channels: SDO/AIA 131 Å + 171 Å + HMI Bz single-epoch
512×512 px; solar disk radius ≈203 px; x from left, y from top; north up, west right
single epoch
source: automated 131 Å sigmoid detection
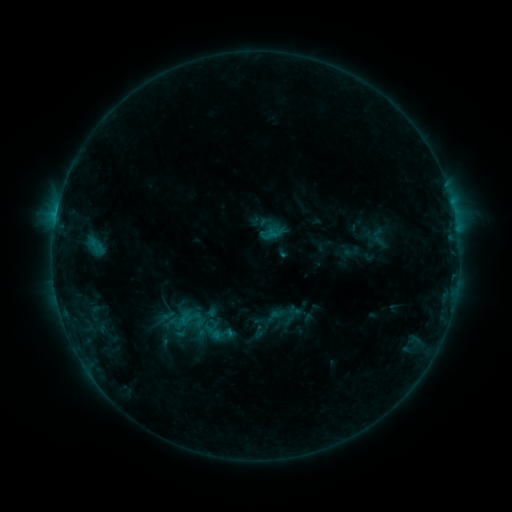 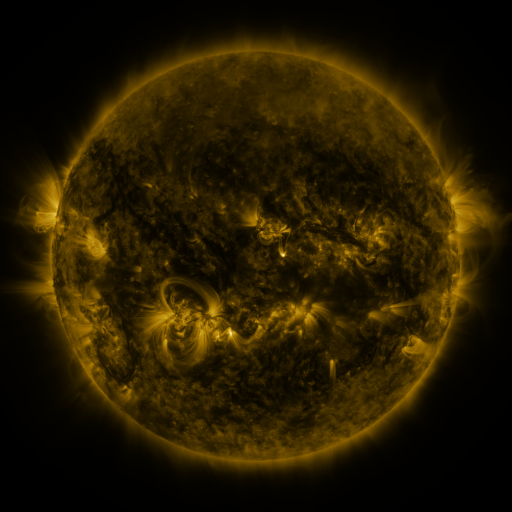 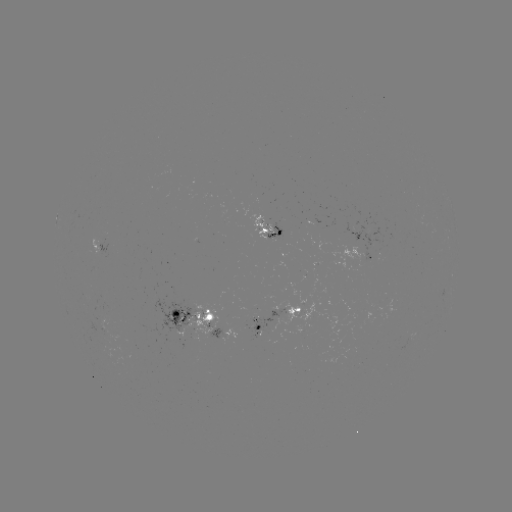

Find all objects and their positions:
sigmoid: [175, 304, 207, 334]
sigmoid: [170, 321, 195, 343]
